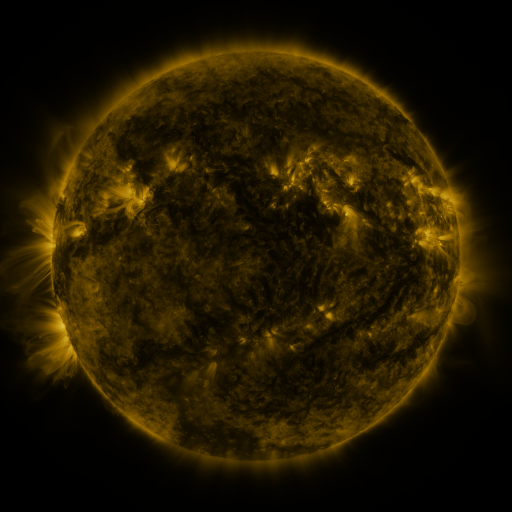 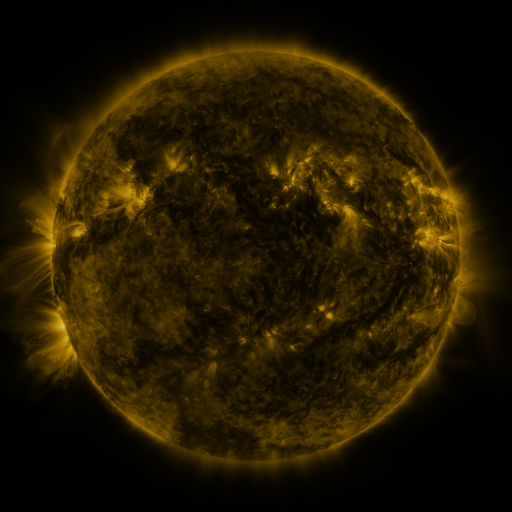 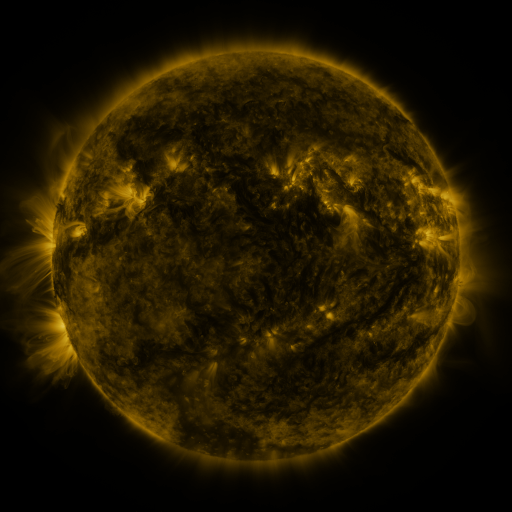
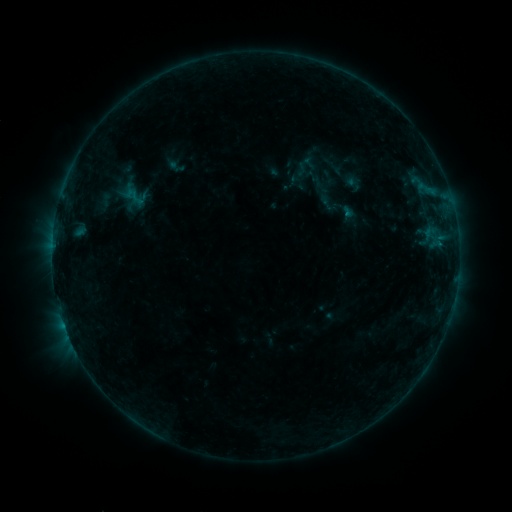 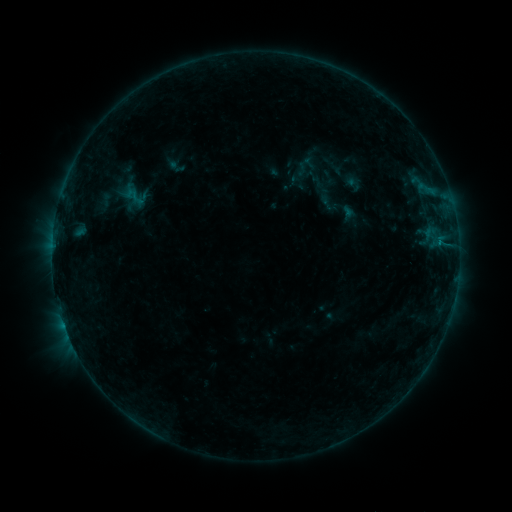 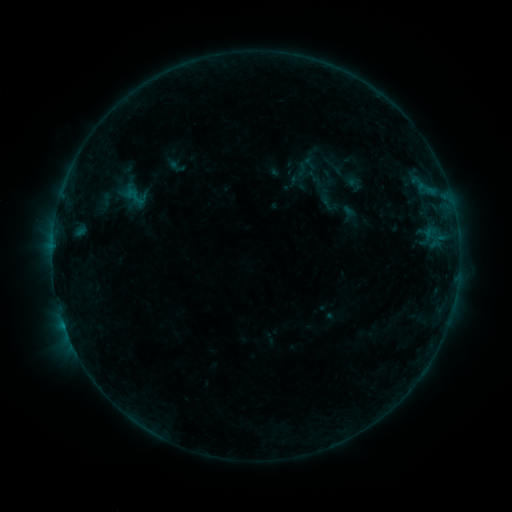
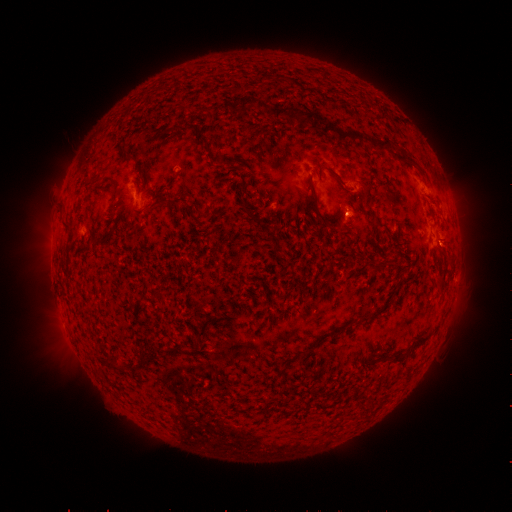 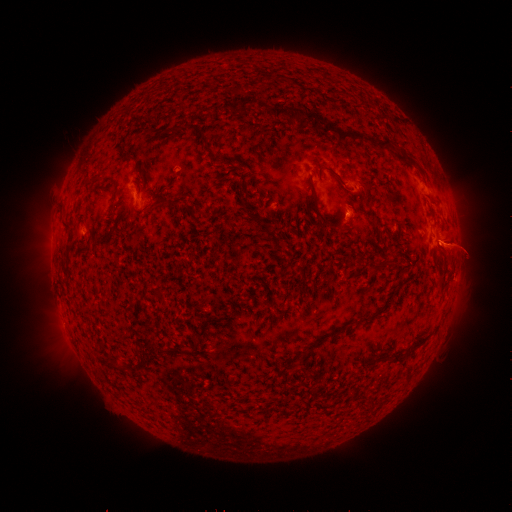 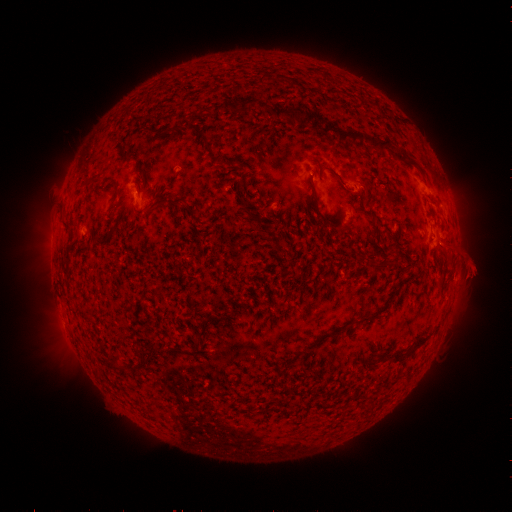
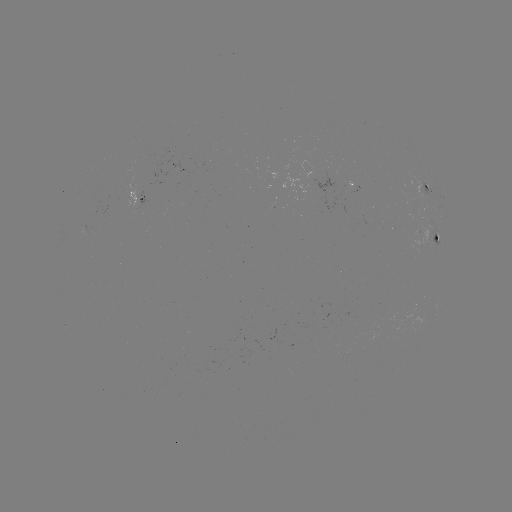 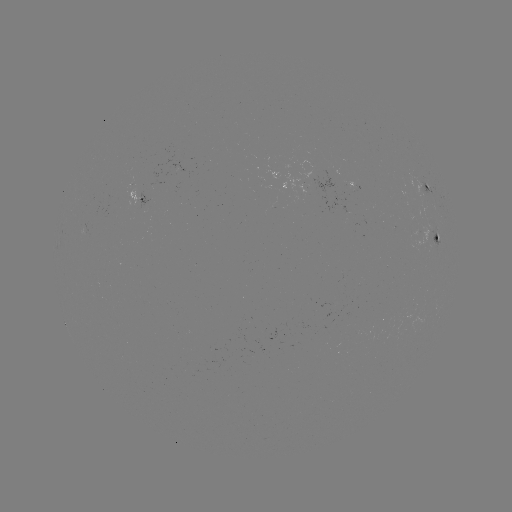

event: eruption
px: (469, 261)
